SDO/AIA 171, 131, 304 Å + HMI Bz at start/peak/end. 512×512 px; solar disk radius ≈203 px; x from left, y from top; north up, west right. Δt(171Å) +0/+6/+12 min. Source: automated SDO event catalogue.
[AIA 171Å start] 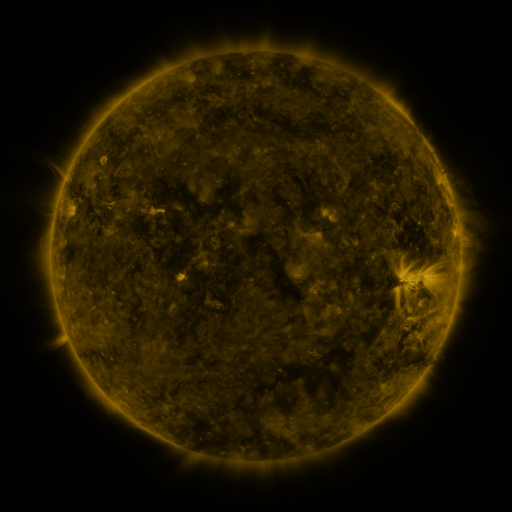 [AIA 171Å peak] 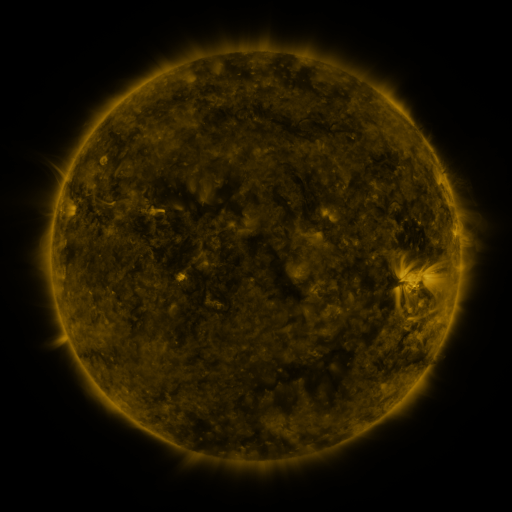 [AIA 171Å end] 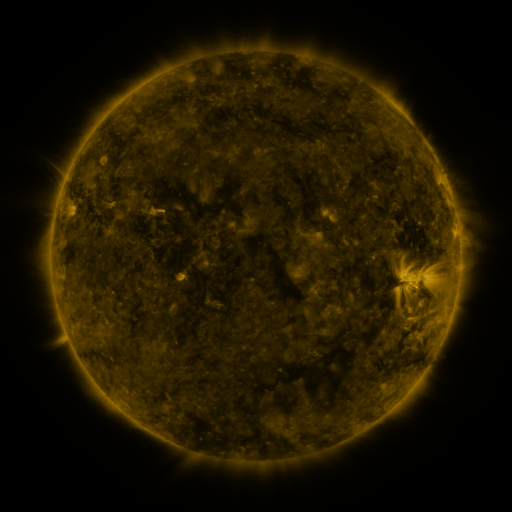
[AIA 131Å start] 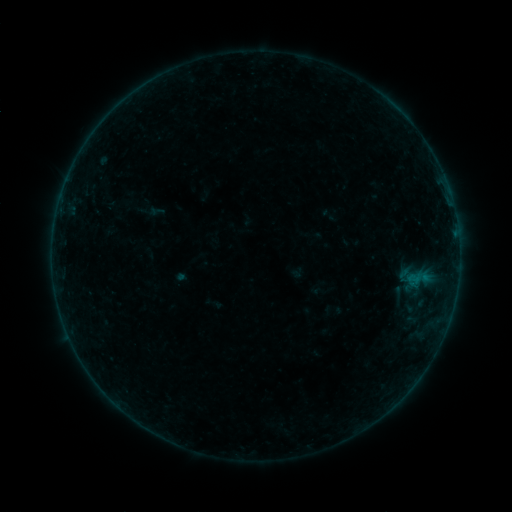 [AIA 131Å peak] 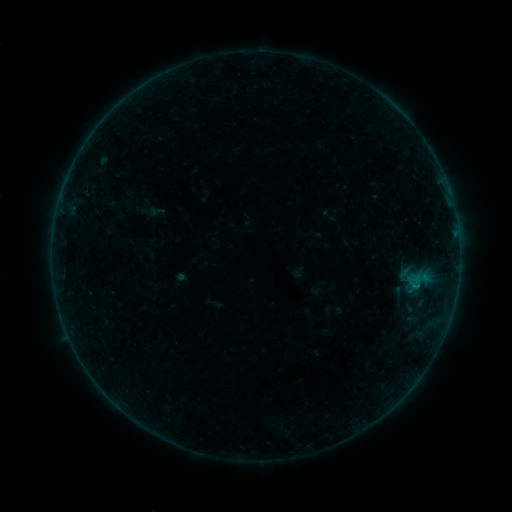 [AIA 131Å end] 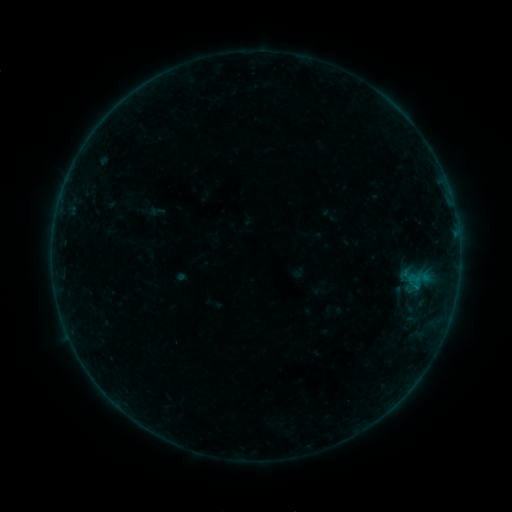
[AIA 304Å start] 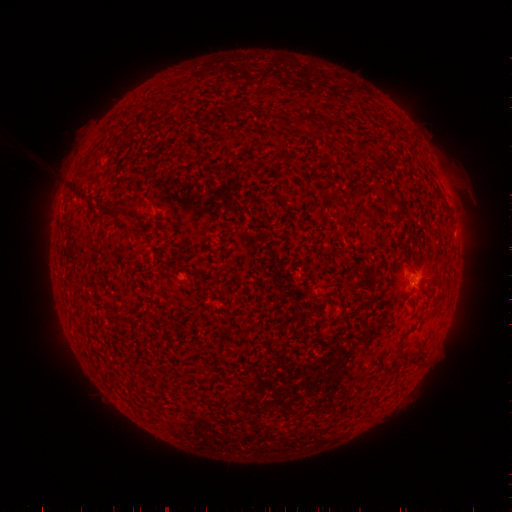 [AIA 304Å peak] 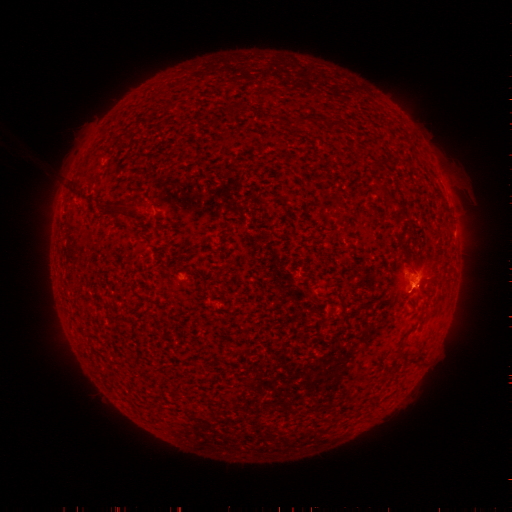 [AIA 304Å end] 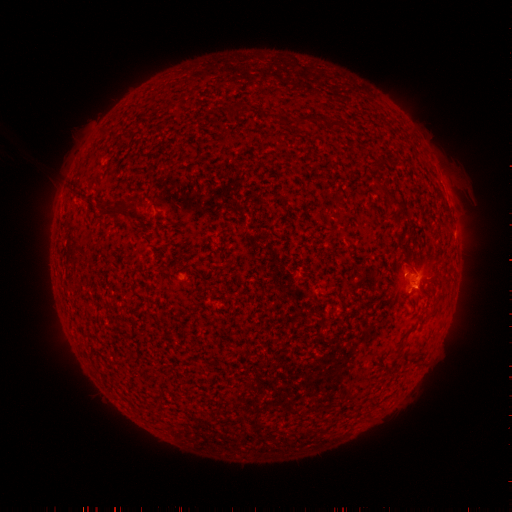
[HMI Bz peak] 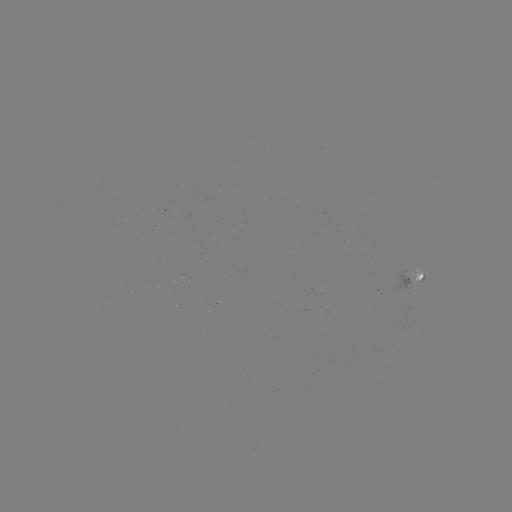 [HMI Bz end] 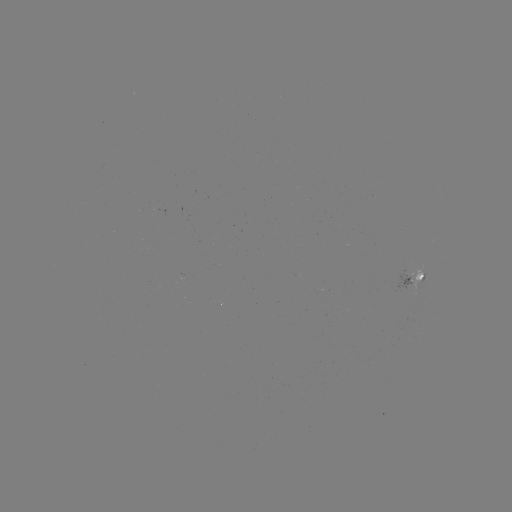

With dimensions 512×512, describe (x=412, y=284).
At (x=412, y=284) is B1.7 flare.